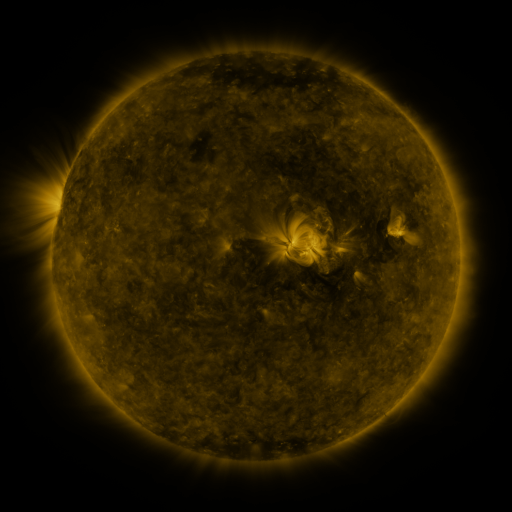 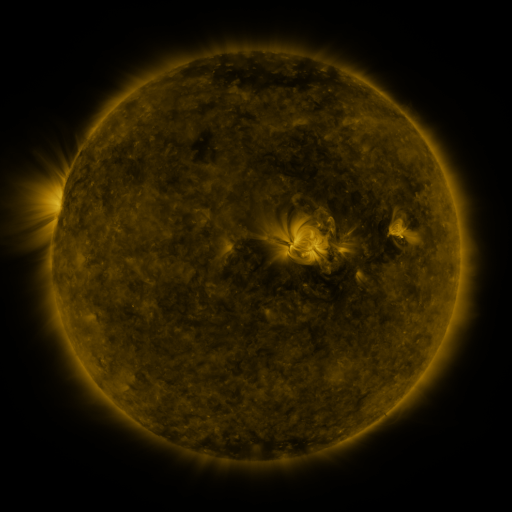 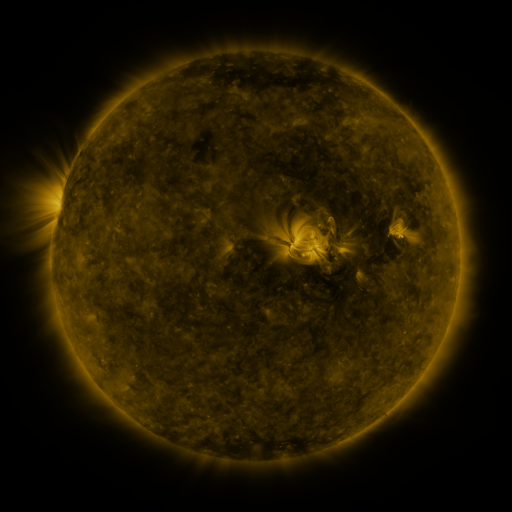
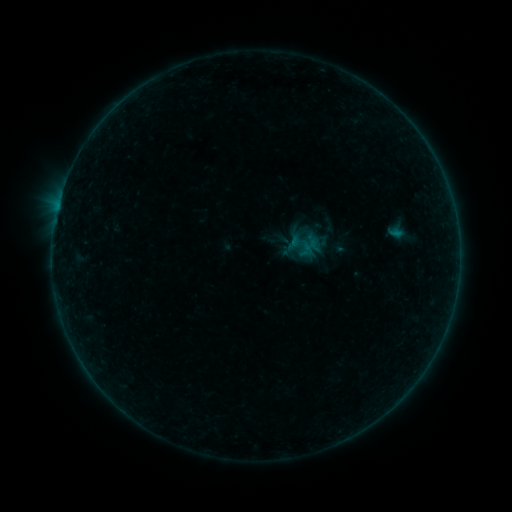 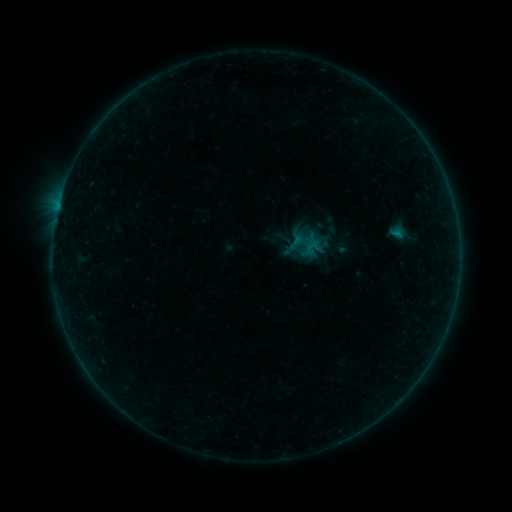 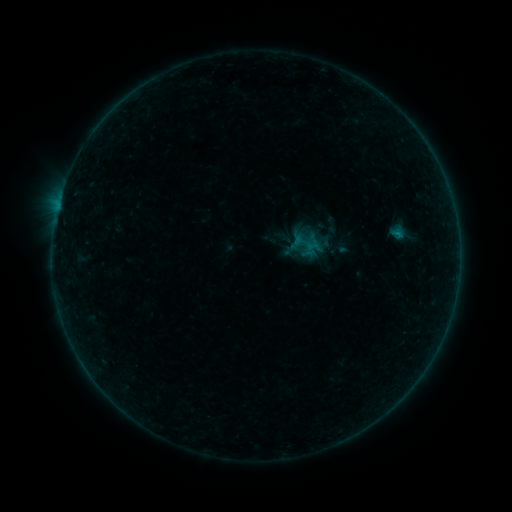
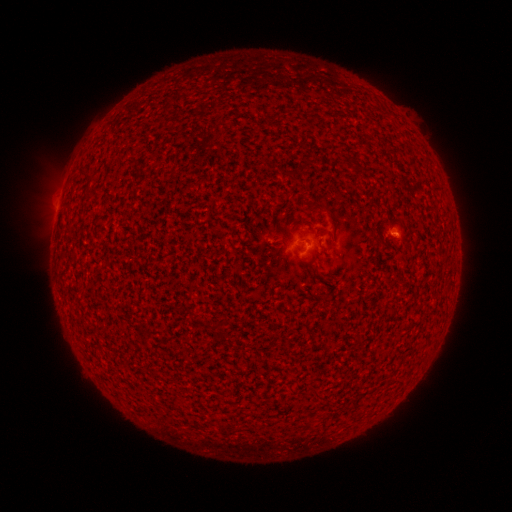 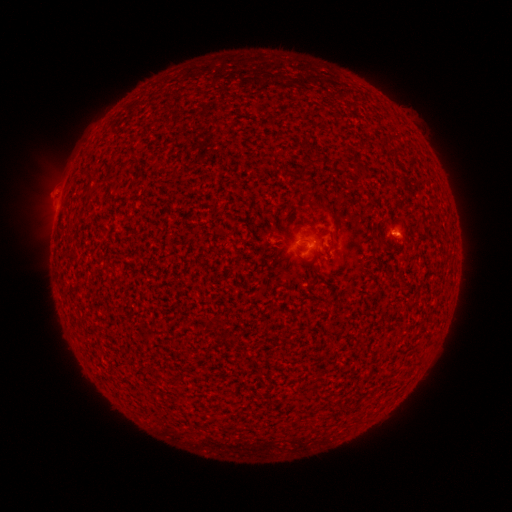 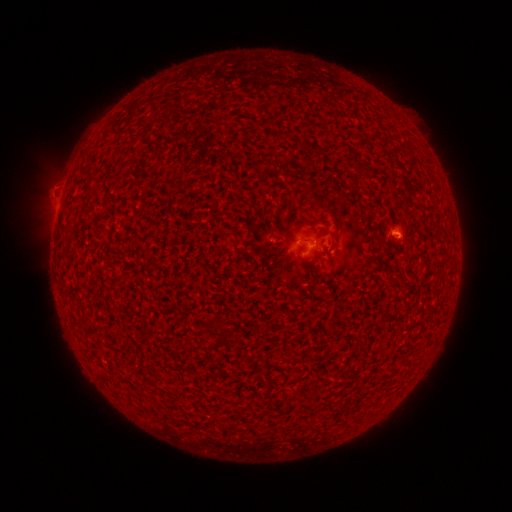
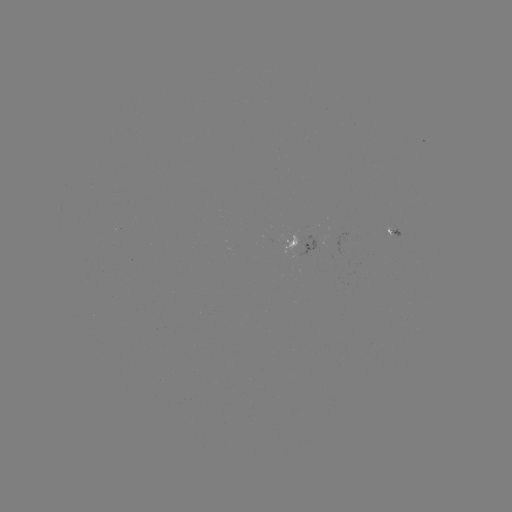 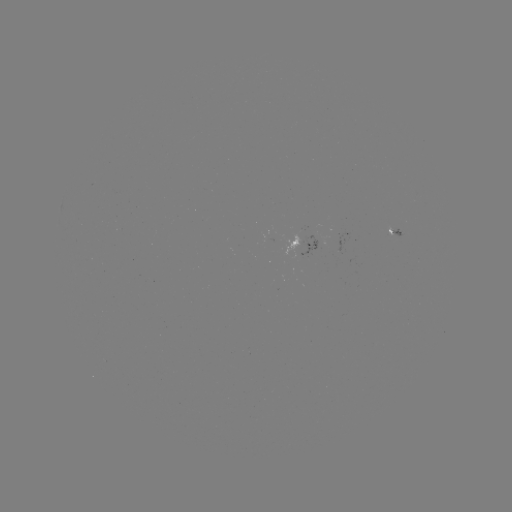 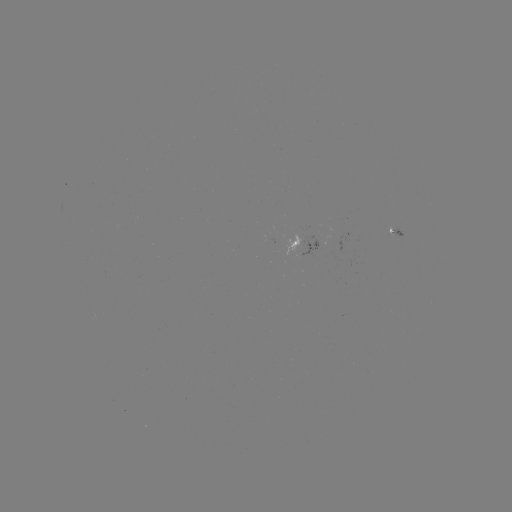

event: emerging-flux region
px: (317, 241)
